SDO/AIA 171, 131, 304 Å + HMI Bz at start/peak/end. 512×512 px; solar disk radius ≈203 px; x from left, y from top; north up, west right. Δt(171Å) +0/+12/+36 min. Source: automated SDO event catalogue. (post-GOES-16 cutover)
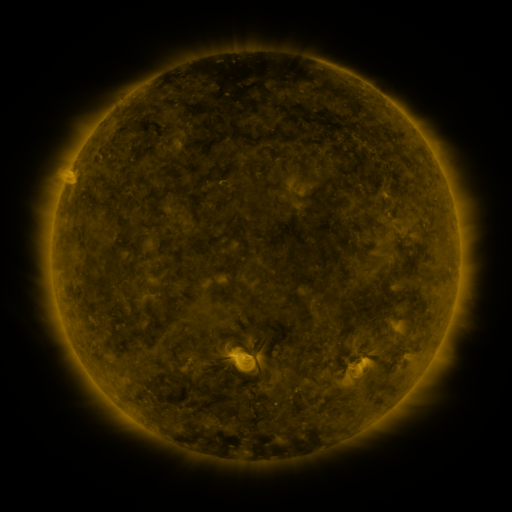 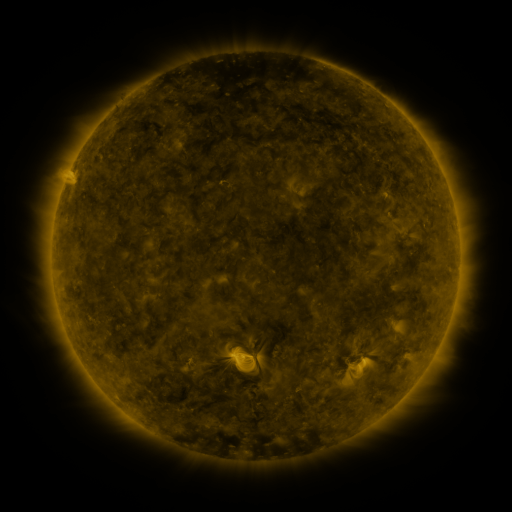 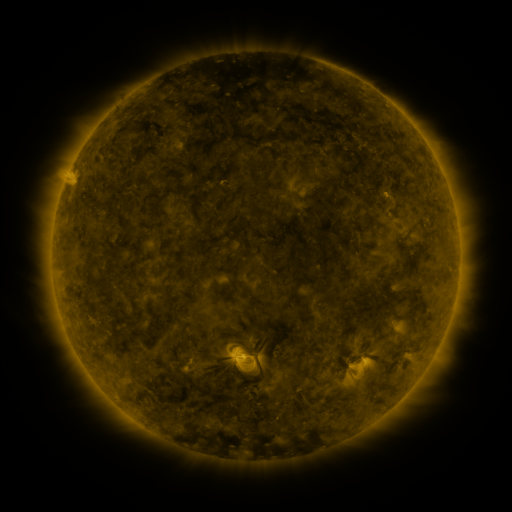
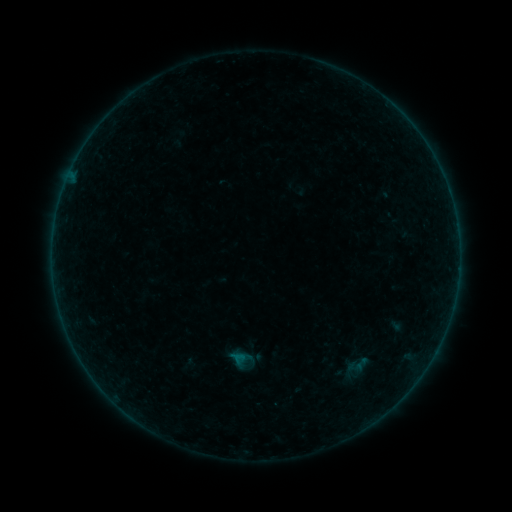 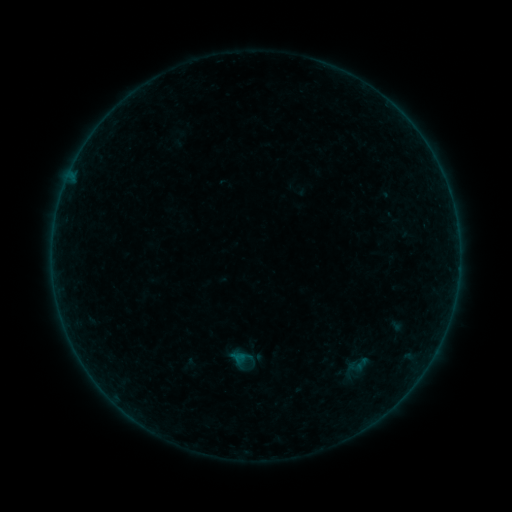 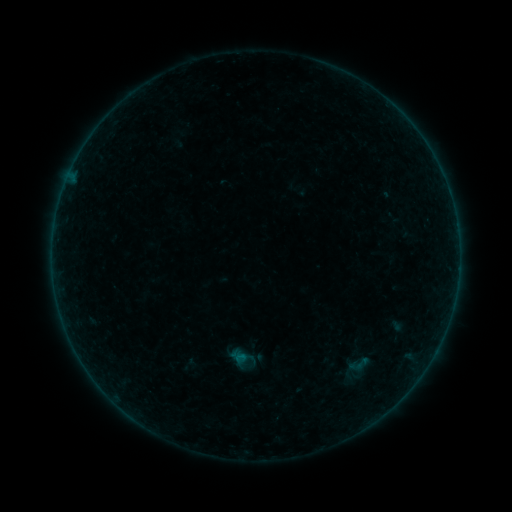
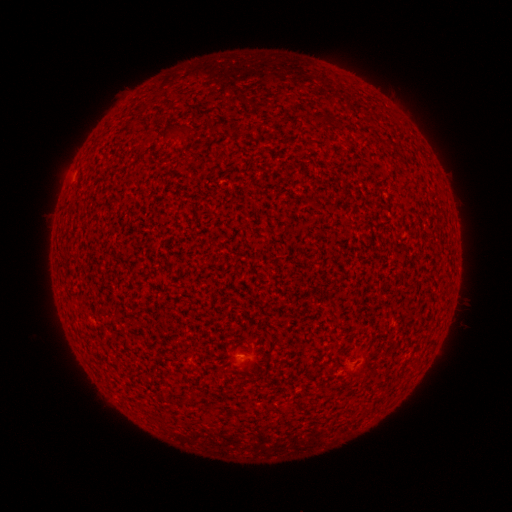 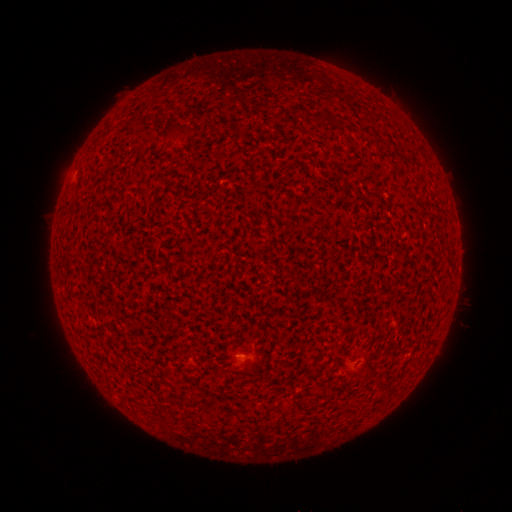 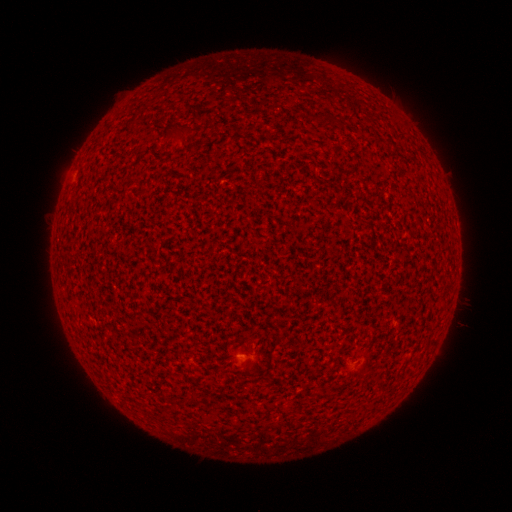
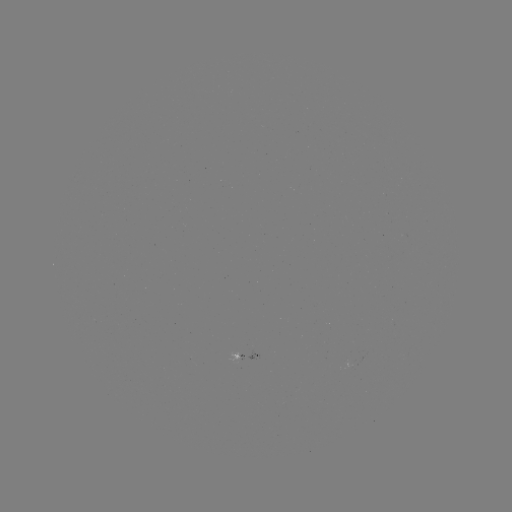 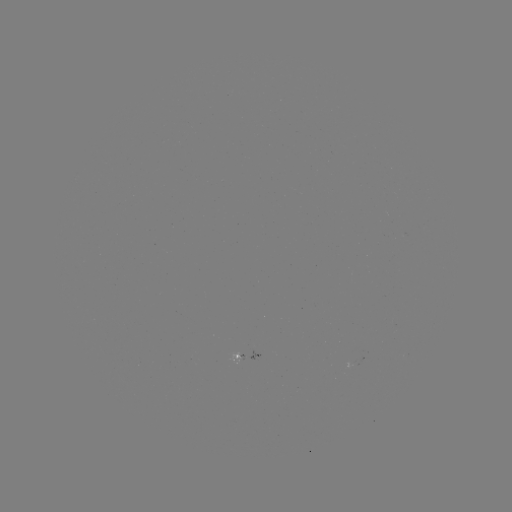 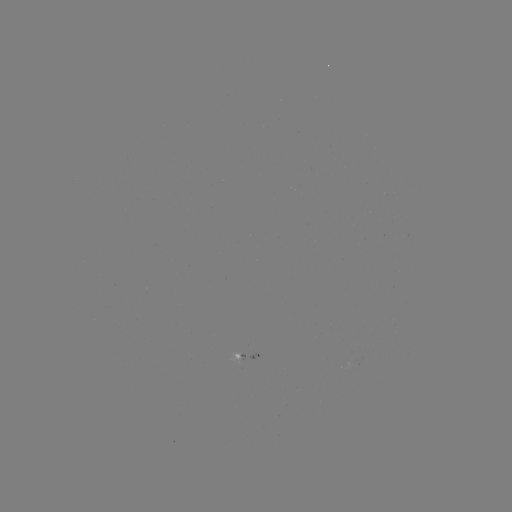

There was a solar flare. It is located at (242, 355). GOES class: A3.3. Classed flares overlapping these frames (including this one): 1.